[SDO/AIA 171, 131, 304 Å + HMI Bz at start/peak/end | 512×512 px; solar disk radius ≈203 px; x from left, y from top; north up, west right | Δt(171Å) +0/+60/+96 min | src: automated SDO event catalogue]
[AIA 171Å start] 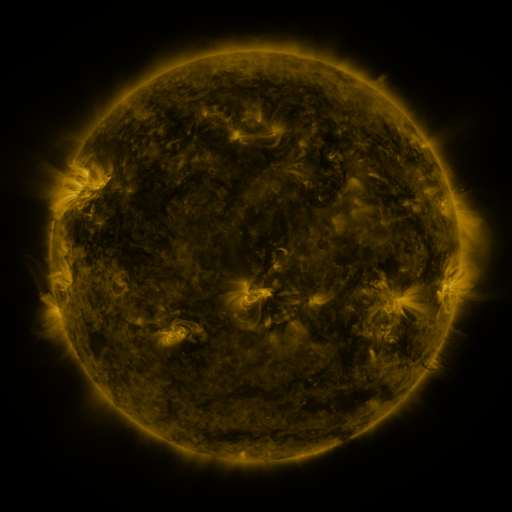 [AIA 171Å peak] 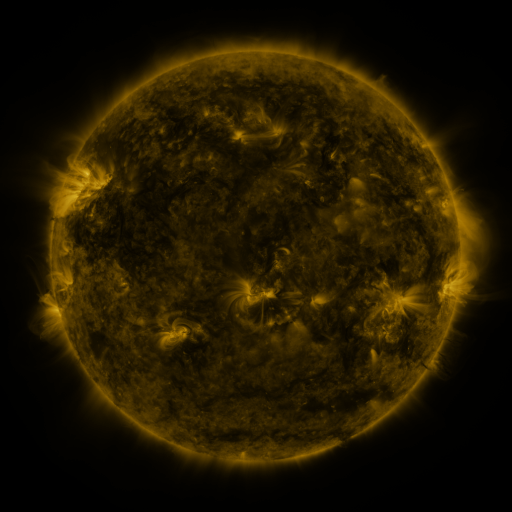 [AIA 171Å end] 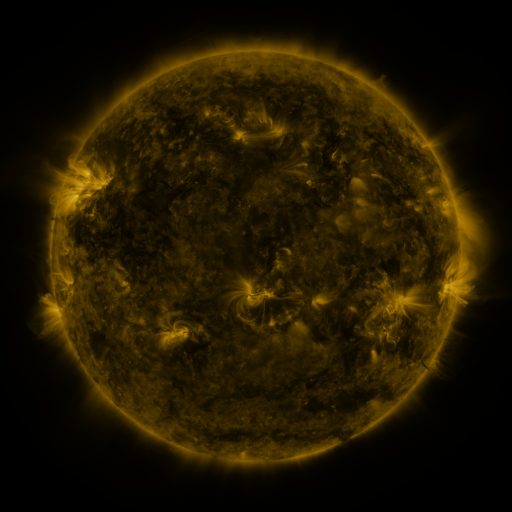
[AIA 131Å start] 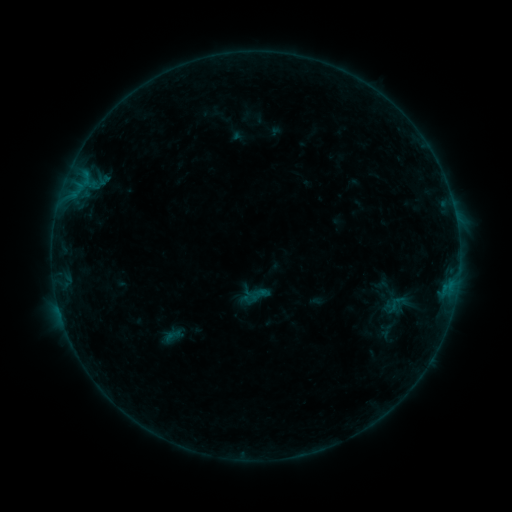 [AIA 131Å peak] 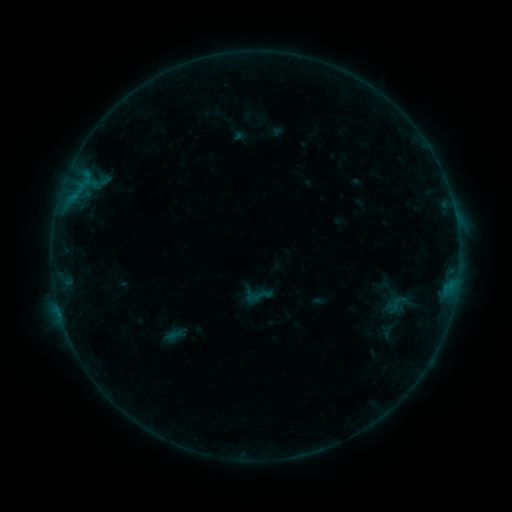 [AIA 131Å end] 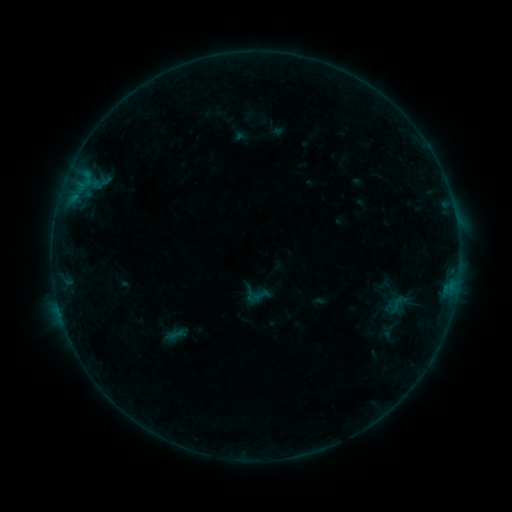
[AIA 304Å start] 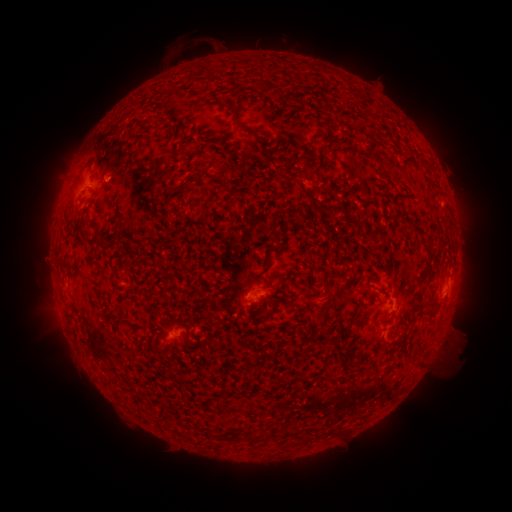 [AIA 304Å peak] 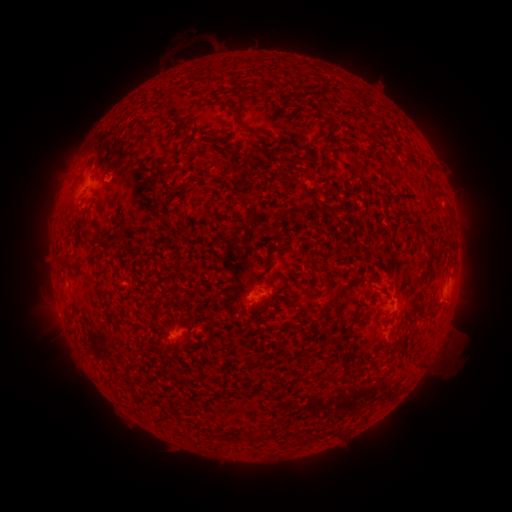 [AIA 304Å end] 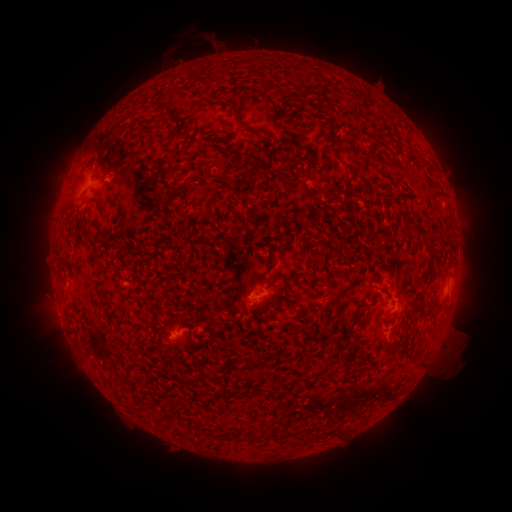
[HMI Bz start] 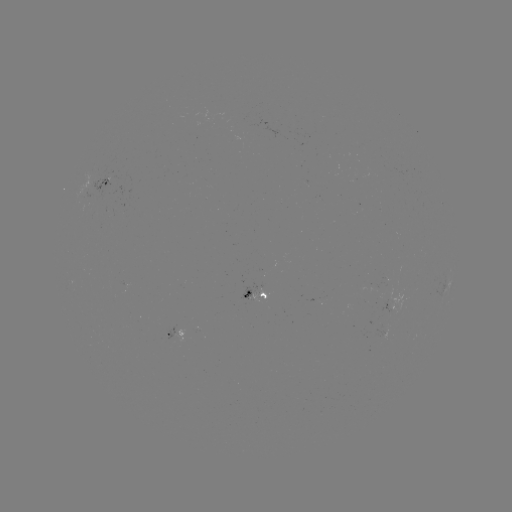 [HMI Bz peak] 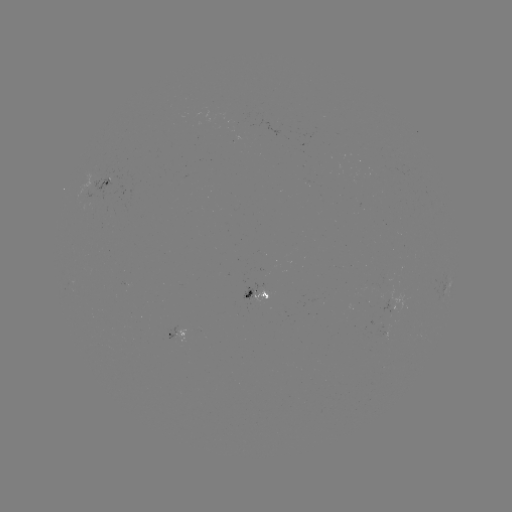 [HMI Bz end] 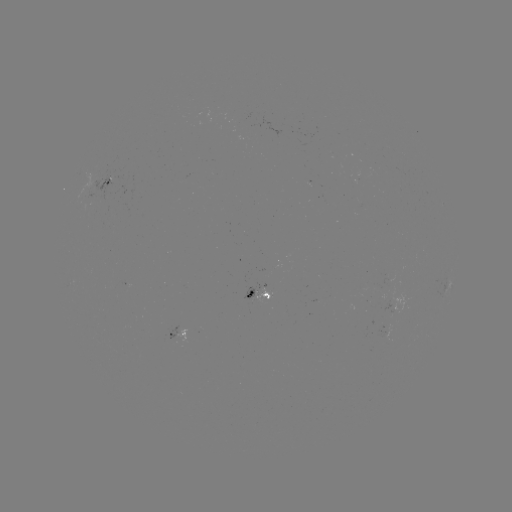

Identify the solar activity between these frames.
emerging-flux region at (390, 291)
